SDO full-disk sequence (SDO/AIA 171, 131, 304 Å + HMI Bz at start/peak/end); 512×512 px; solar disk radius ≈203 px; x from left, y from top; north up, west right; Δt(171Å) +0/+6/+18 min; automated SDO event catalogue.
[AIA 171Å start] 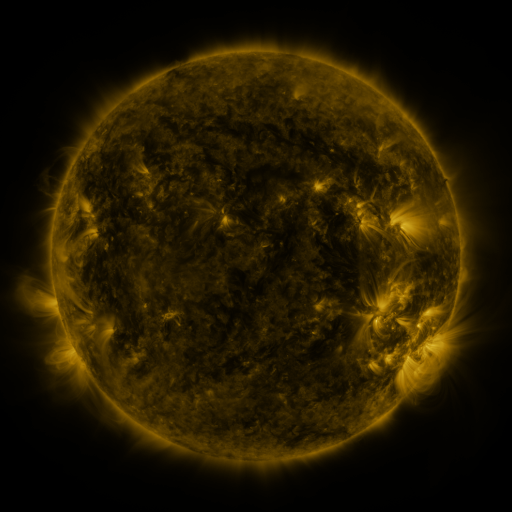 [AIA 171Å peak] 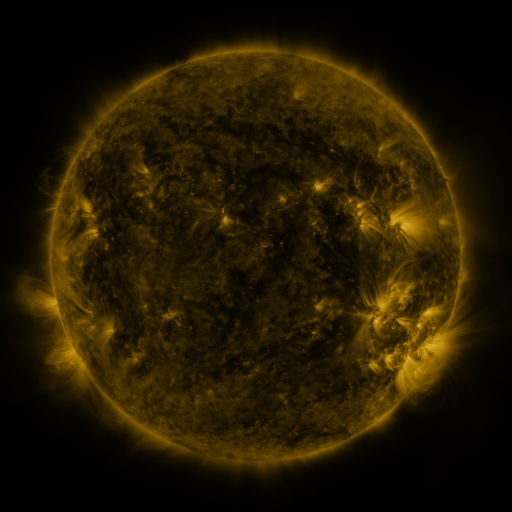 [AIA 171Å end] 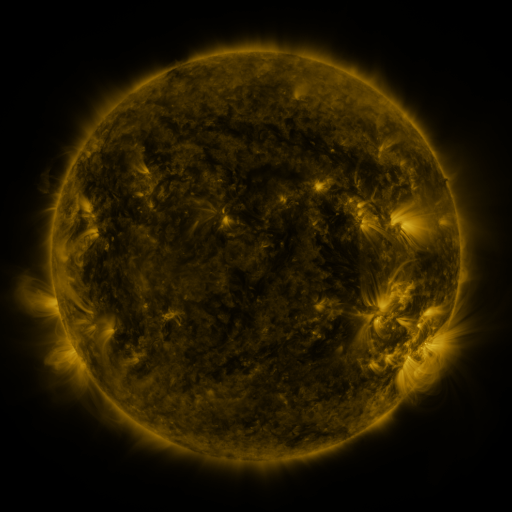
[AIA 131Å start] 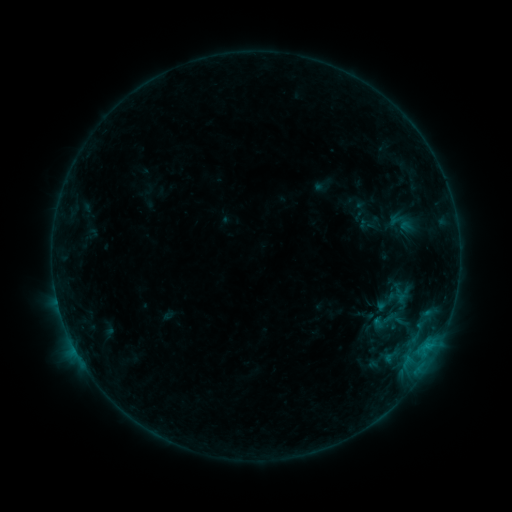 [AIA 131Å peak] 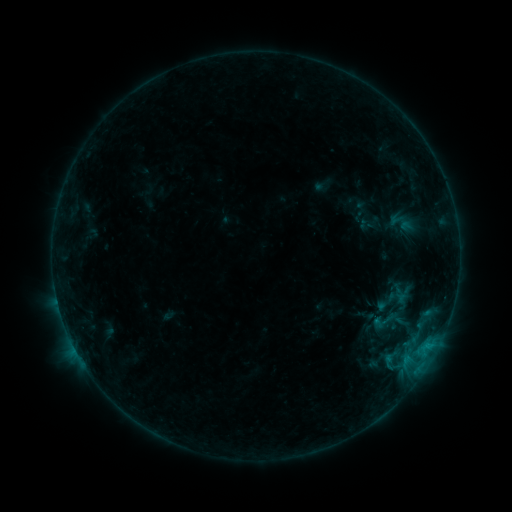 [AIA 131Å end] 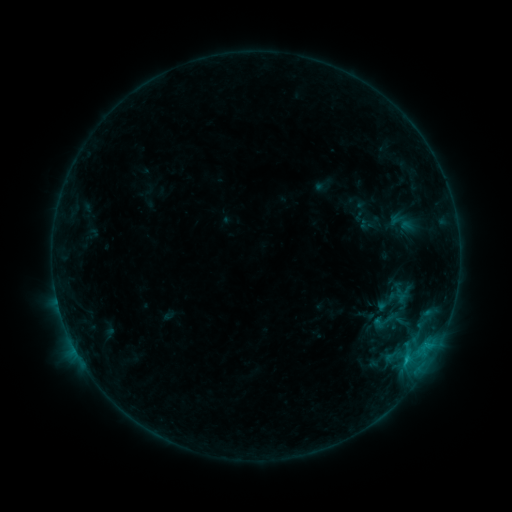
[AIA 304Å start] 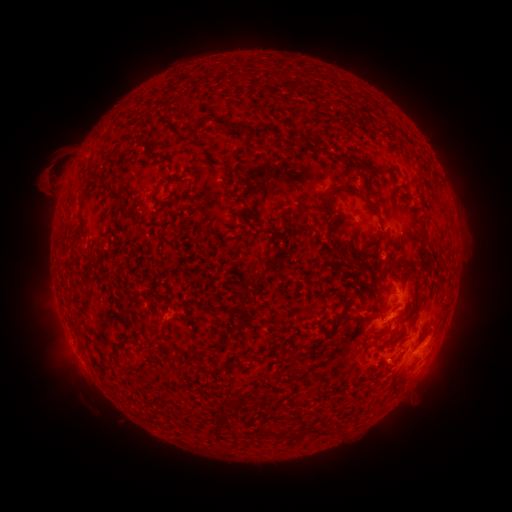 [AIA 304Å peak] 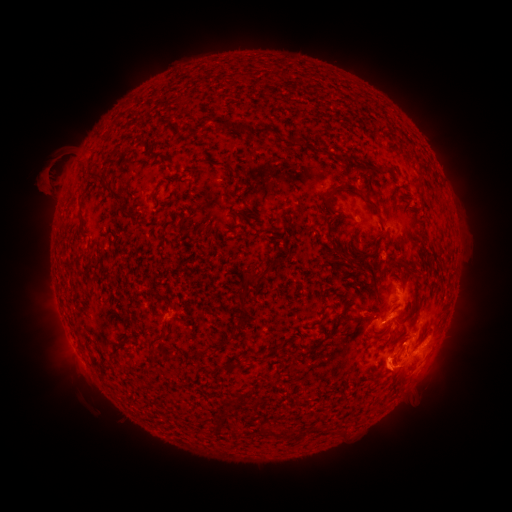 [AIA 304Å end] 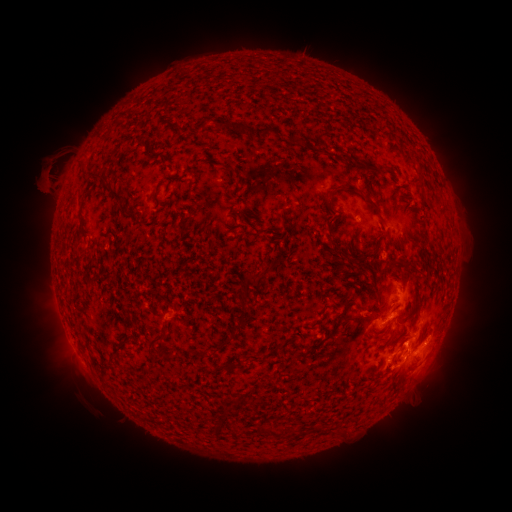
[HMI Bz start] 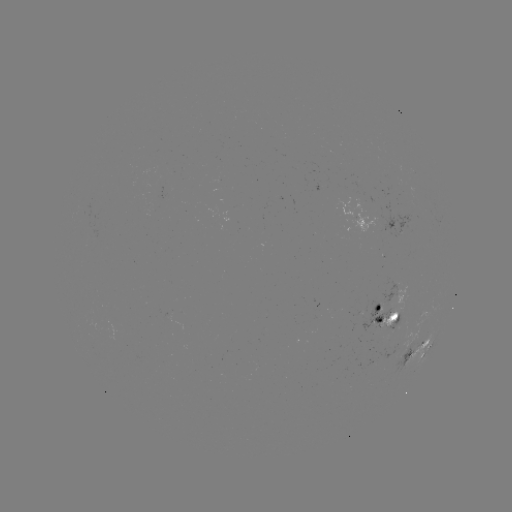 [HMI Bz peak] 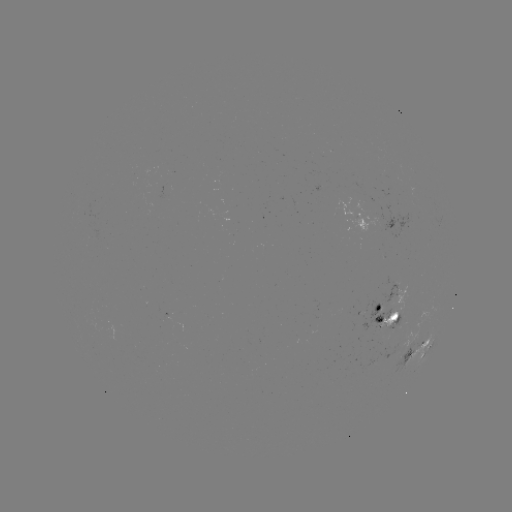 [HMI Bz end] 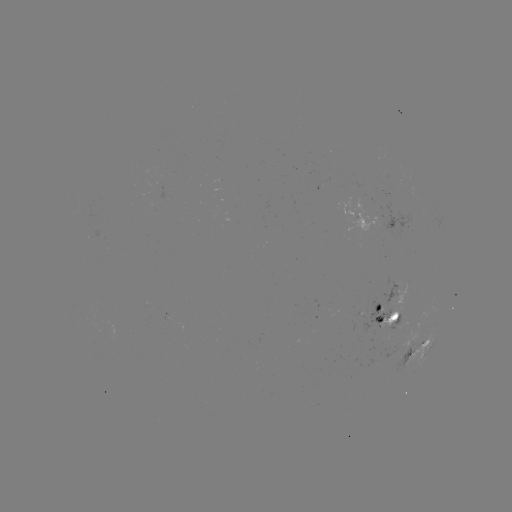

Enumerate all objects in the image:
eruption: (413, 363)
